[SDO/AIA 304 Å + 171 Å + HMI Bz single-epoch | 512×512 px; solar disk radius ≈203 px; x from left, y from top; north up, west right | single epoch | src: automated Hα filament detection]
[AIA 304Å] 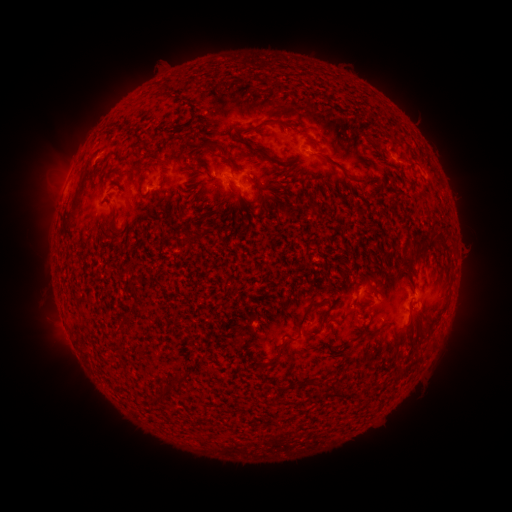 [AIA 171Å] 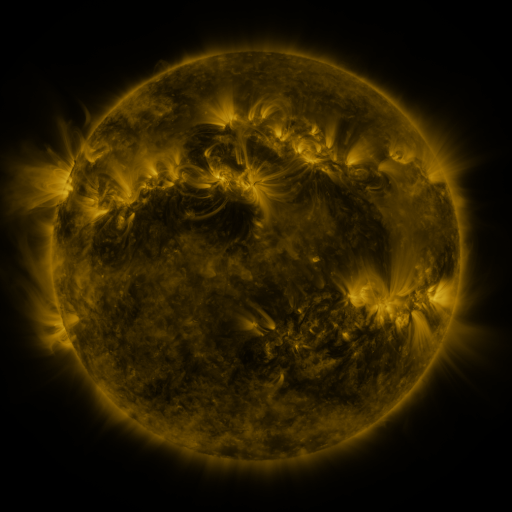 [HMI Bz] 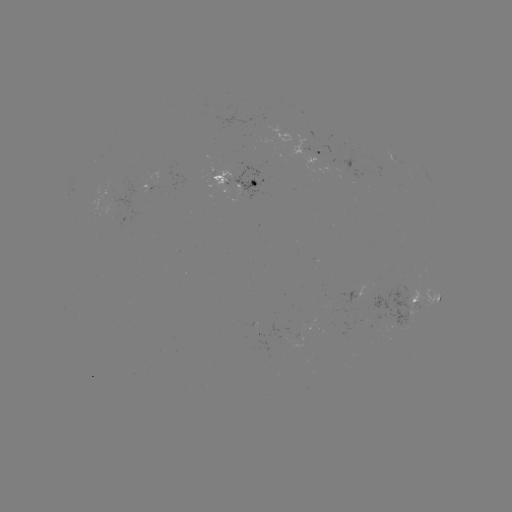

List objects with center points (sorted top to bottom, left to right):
filament: (279, 120, 288, 130)
filament: (197, 139, 221, 153)
filament: (252, 145, 265, 156)
filament: (319, 153, 353, 182)
filament: (276, 165, 298, 179)
filament: (159, 177, 169, 186)
filament: (67, 179, 87, 222)
filament: (267, 181, 281, 190)
filament: (192, 188, 201, 200)
filament: (218, 202, 227, 214)
filament: (106, 205, 120, 235)
filament: (282, 209, 290, 217)
filament: (403, 239, 439, 262)
filament: (294, 300, 321, 335)
filament: (318, 303, 335, 330)
filament: (360, 309, 367, 319)
filament: (421, 327, 429, 337)
filament: (390, 330, 399, 341)
filament: (112, 343, 122, 351)
filament: (266, 344, 285, 366)
filament: (250, 361, 262, 370)
filament: (152, 371, 182, 402)
